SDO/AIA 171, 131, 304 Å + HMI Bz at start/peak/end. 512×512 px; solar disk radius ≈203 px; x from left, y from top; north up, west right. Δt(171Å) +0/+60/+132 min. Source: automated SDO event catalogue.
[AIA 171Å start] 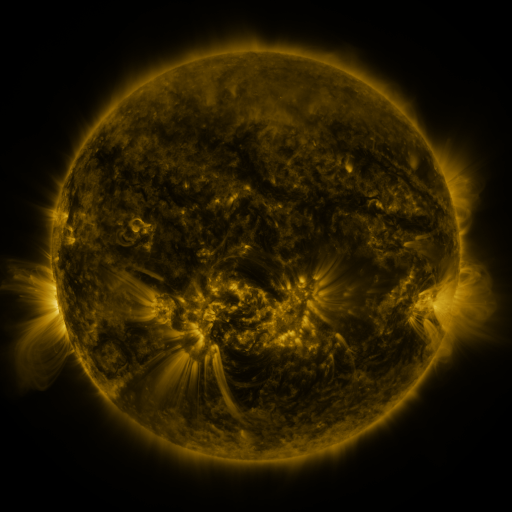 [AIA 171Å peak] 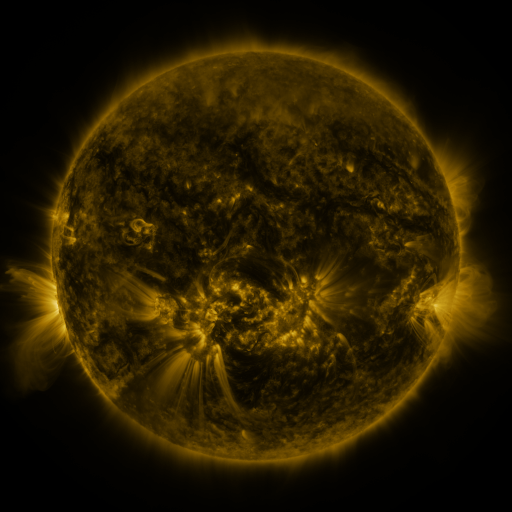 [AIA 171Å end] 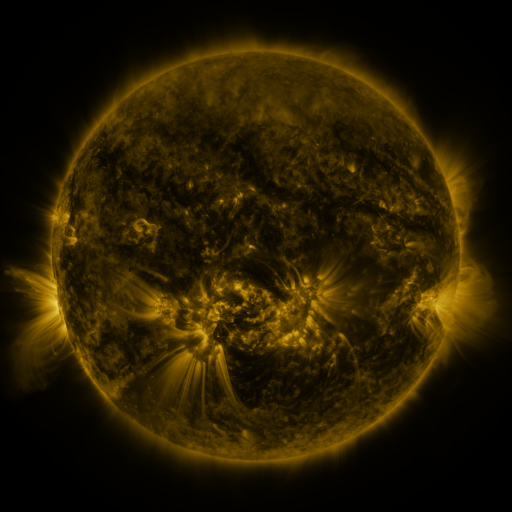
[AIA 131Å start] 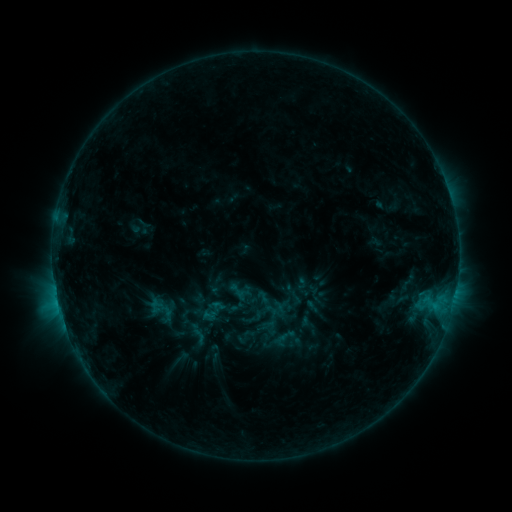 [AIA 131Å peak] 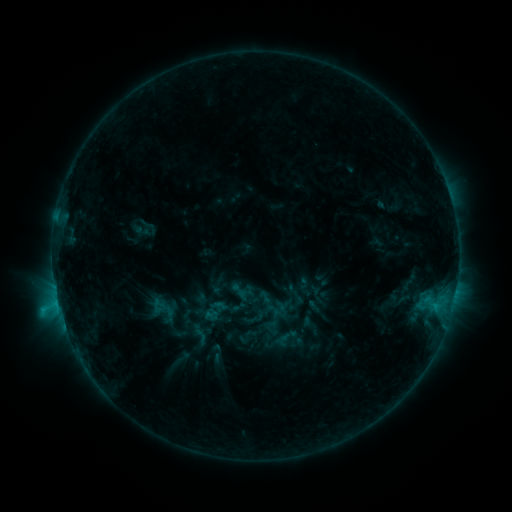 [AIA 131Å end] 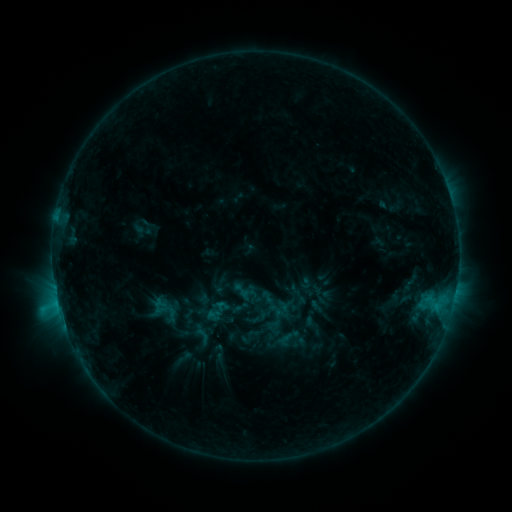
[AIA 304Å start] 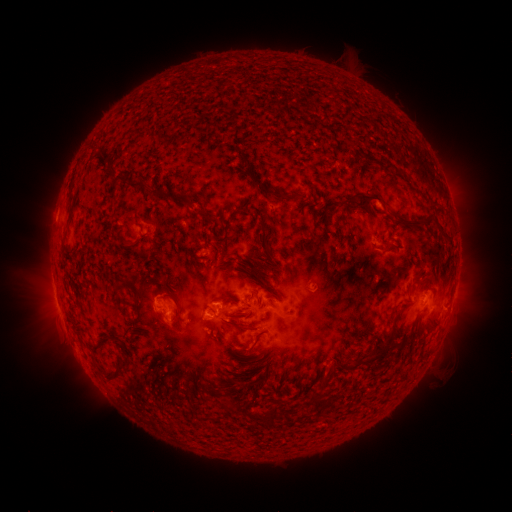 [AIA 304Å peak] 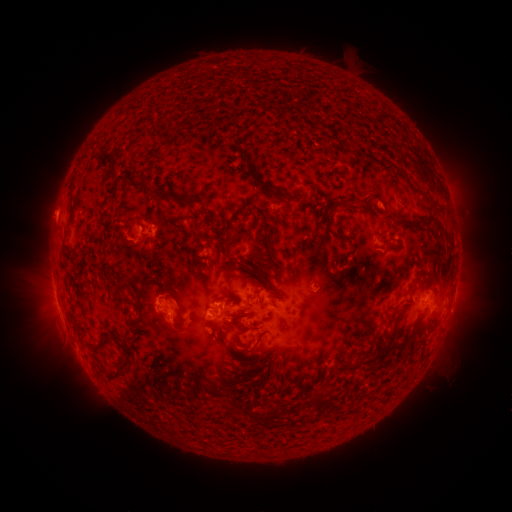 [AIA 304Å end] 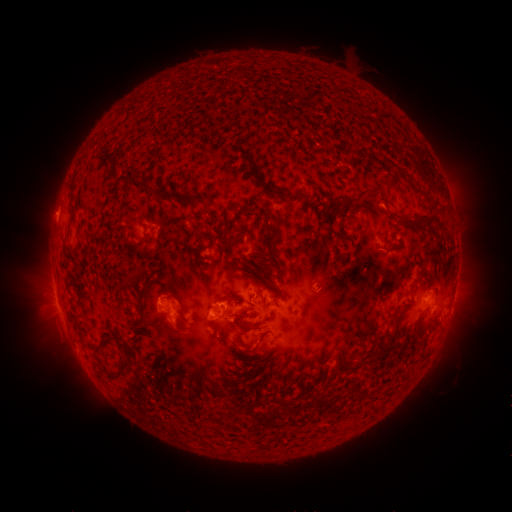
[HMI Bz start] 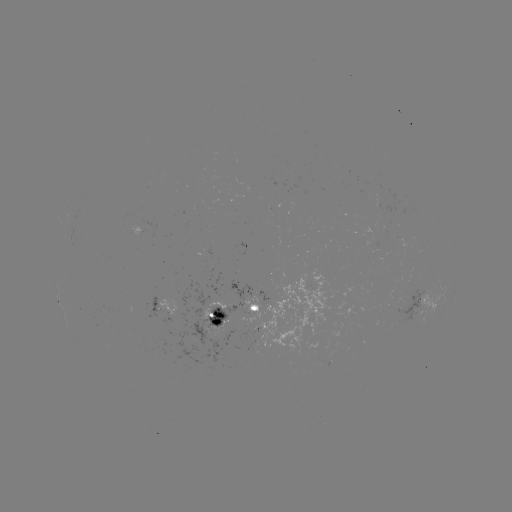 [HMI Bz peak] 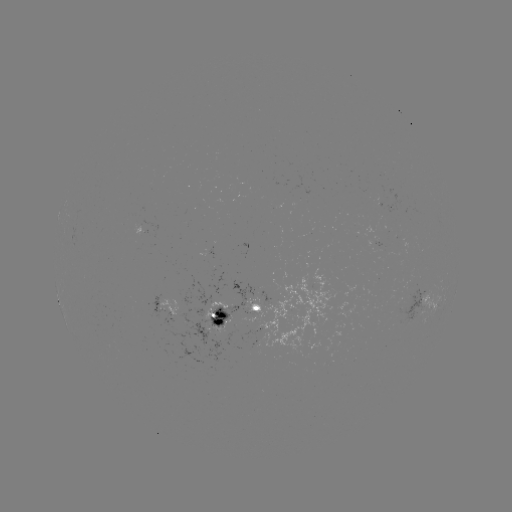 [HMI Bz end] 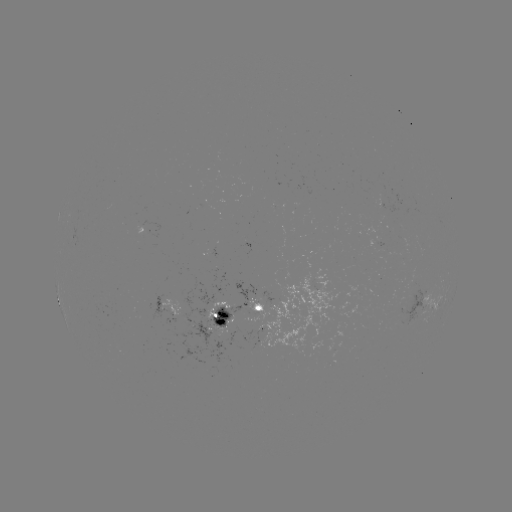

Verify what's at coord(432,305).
C1.6 flare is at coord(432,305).